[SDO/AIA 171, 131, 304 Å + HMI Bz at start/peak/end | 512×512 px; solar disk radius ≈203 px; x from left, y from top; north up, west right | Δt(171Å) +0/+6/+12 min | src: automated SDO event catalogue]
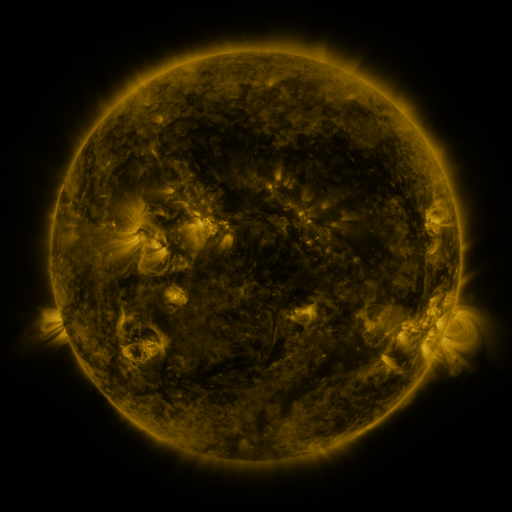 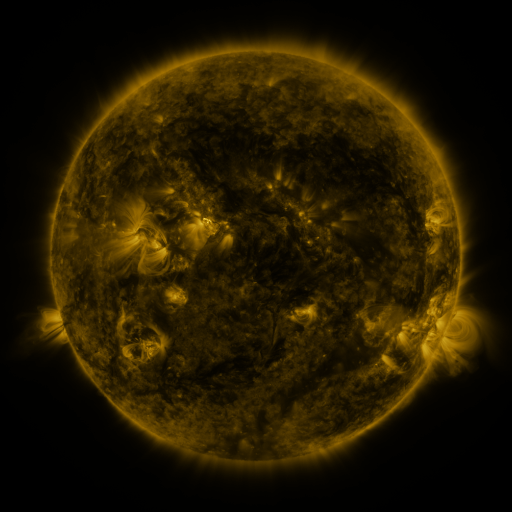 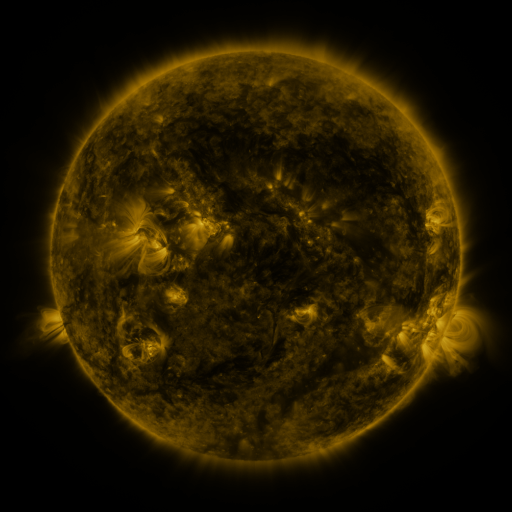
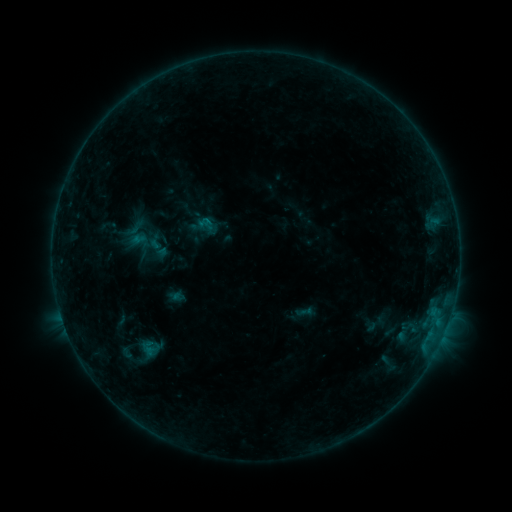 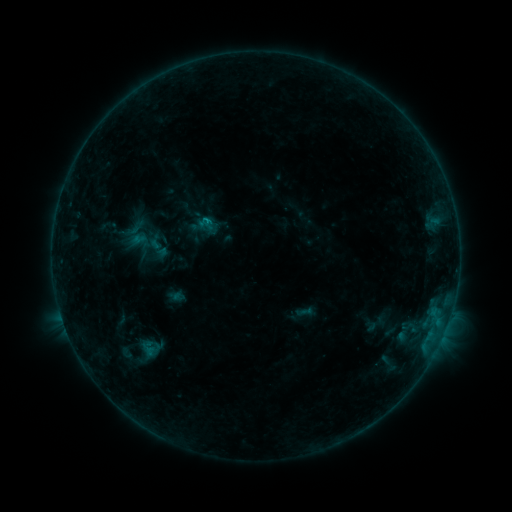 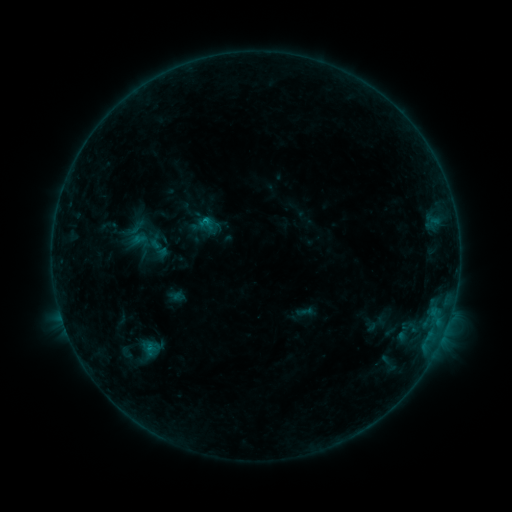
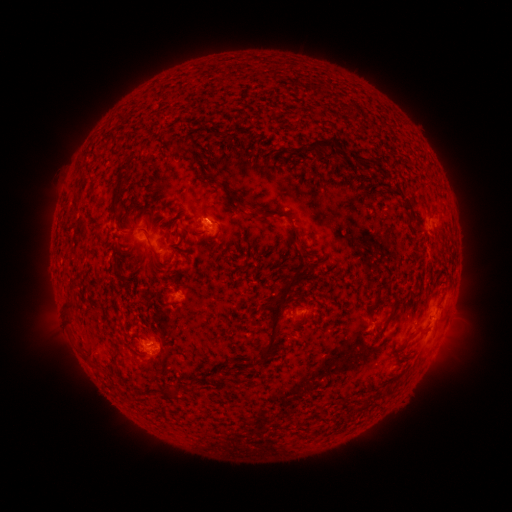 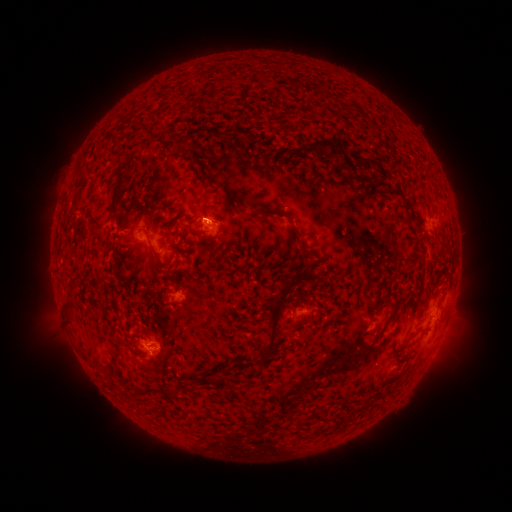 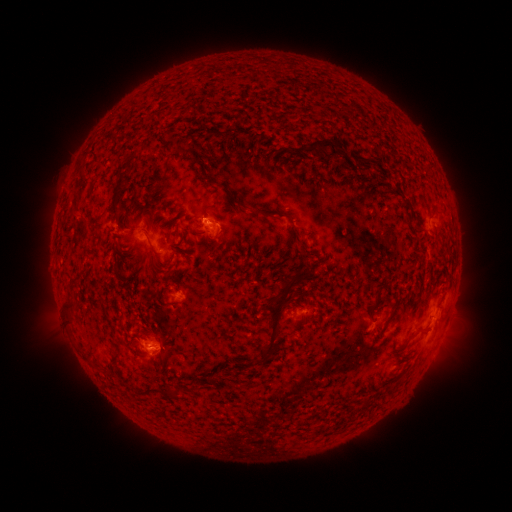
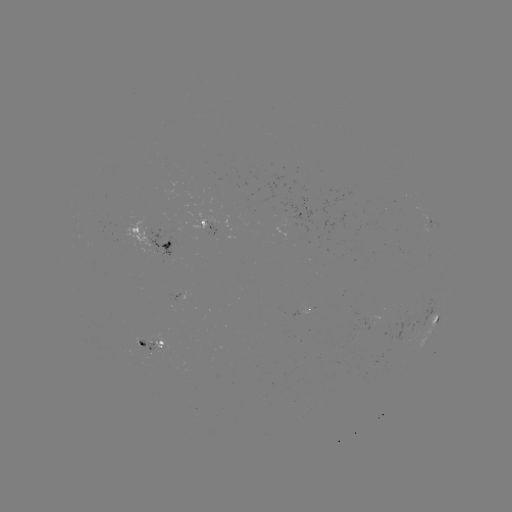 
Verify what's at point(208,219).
B5.1 flare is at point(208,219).